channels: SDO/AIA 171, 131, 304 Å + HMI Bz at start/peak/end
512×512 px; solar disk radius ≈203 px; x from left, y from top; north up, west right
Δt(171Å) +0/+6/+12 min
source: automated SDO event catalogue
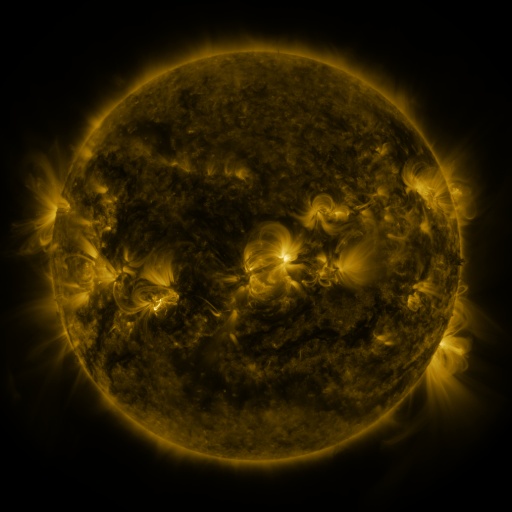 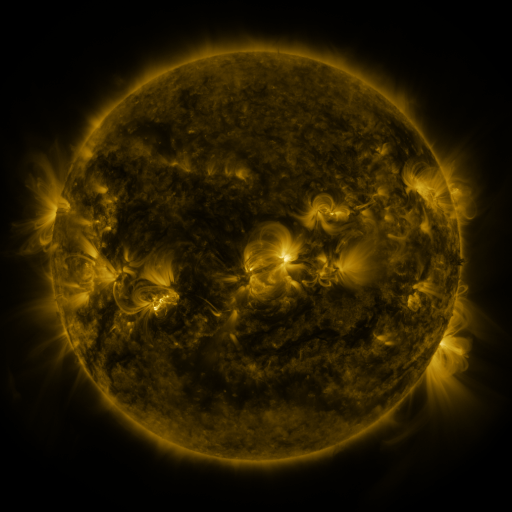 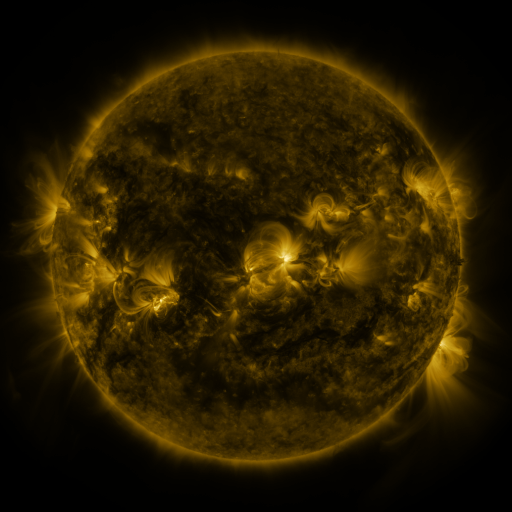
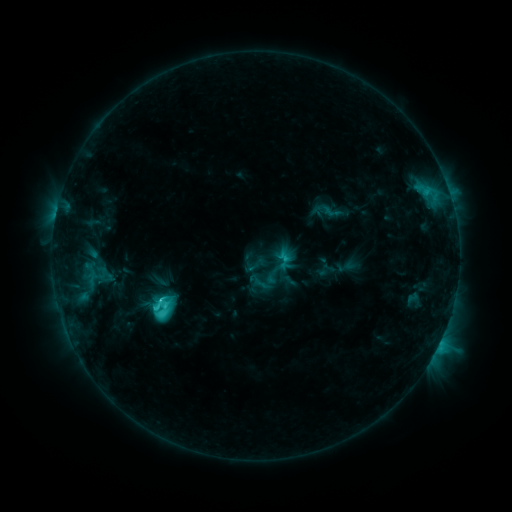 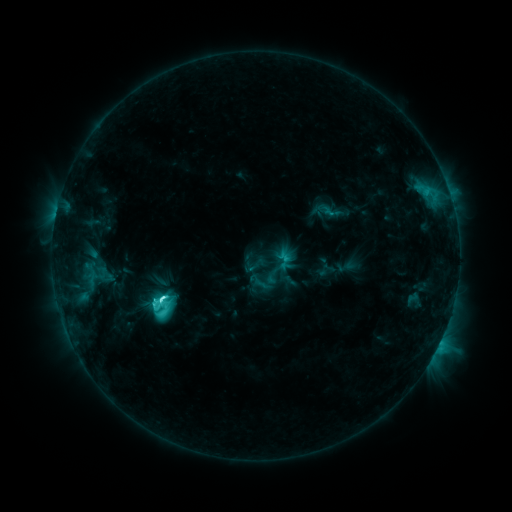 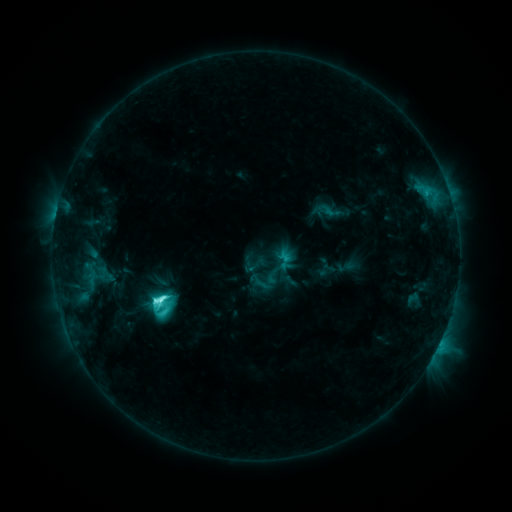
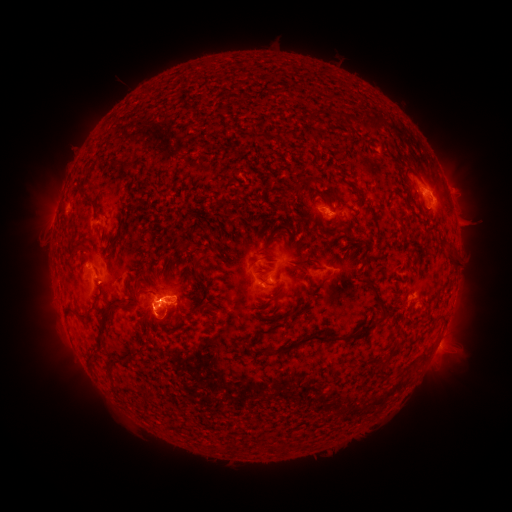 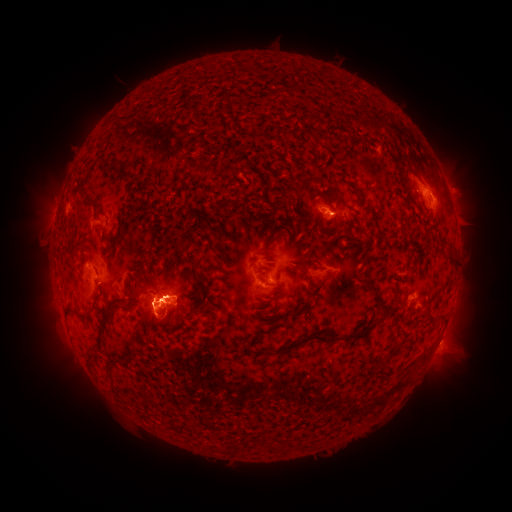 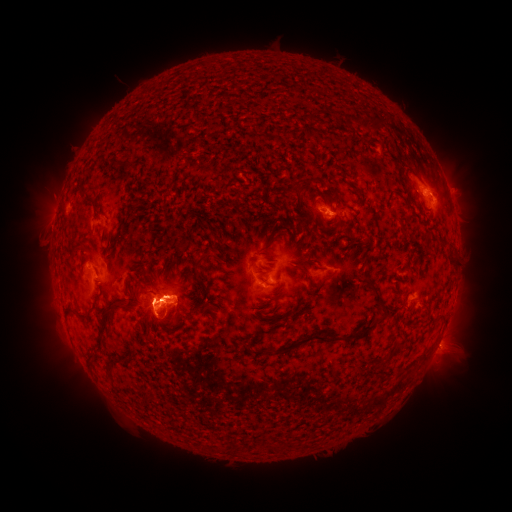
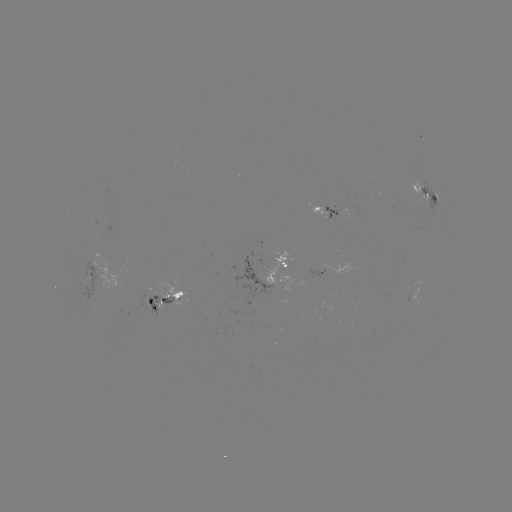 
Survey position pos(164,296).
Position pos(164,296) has C9.7 flare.